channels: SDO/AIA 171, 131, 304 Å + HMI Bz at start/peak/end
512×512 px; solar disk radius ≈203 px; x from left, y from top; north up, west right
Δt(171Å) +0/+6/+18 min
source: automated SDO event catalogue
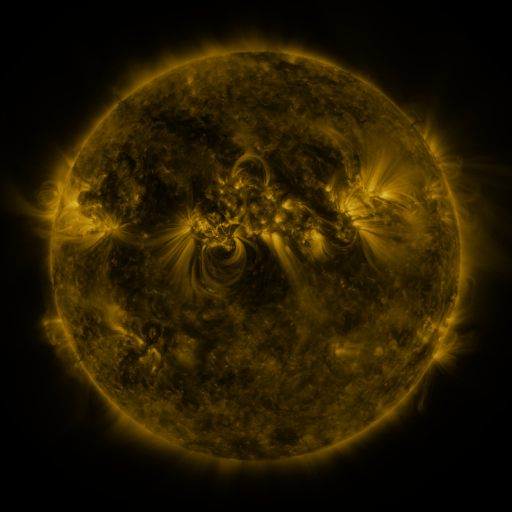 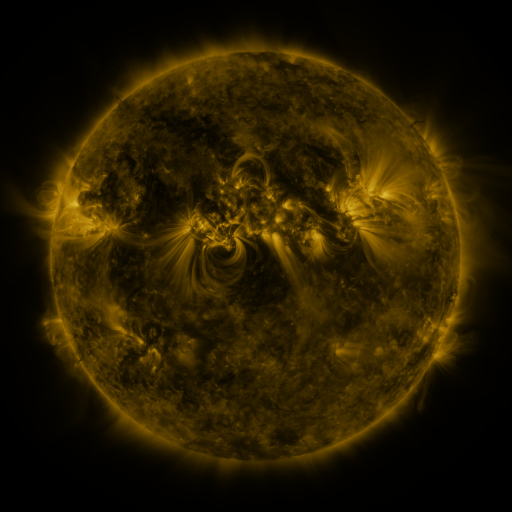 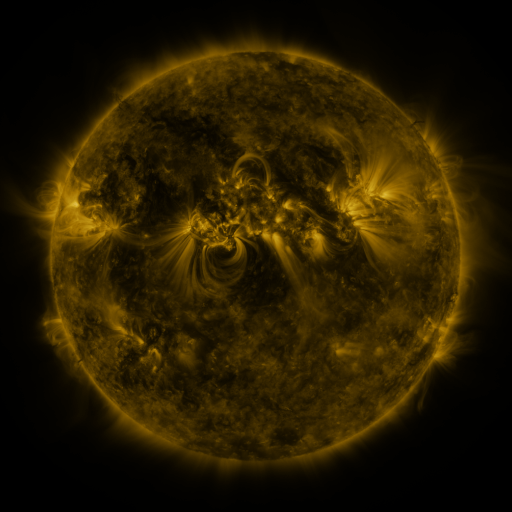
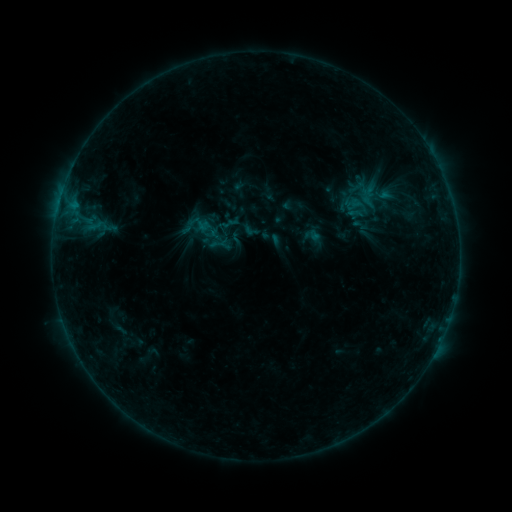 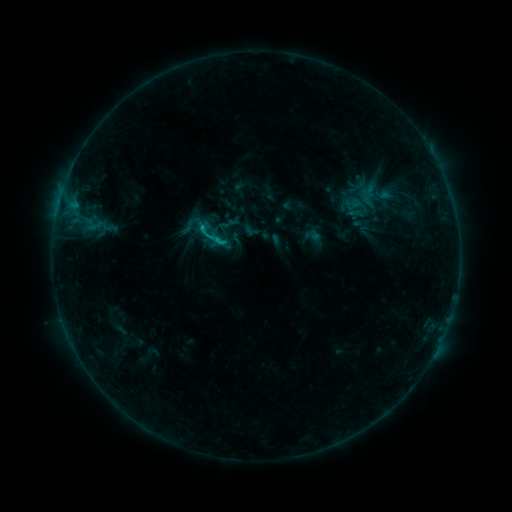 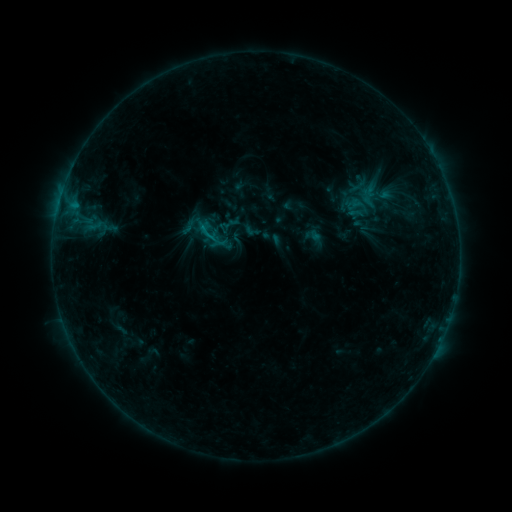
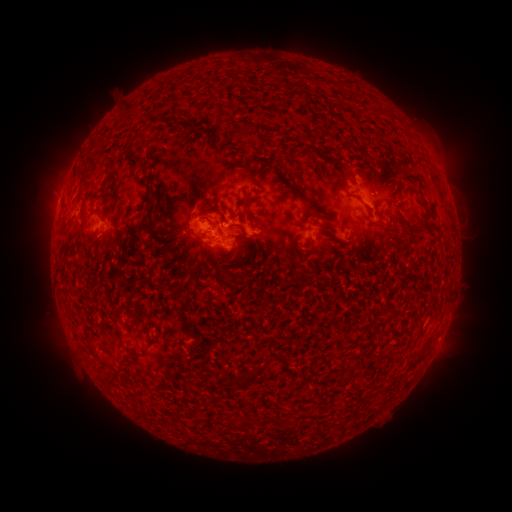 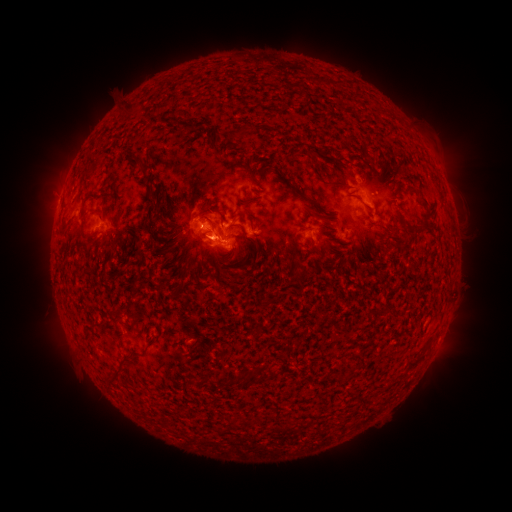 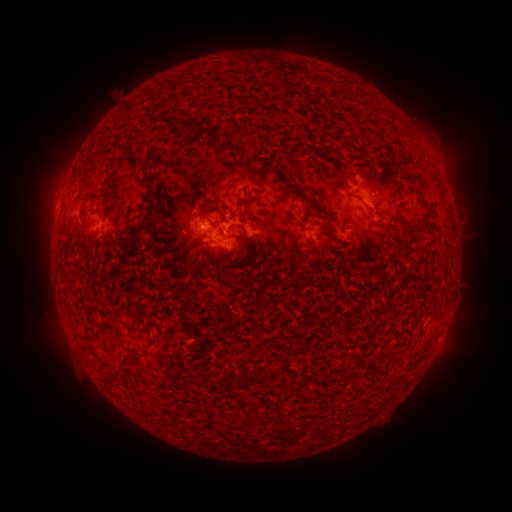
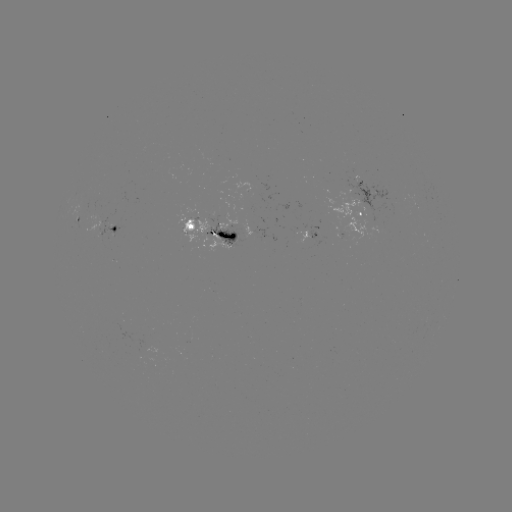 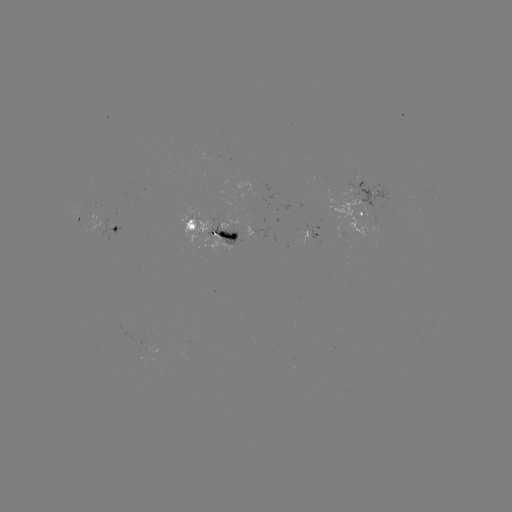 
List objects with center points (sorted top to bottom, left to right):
C1.1 flare: (250, 459)
